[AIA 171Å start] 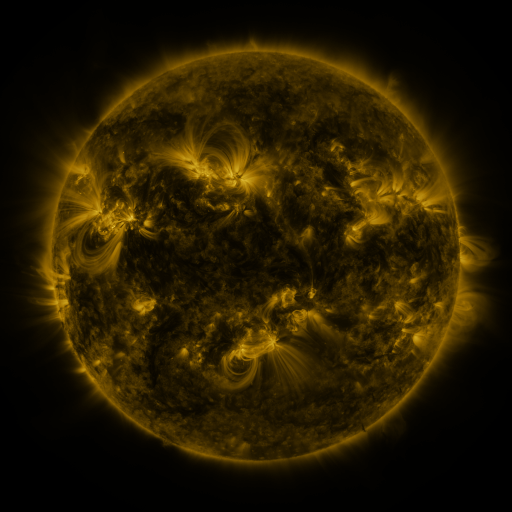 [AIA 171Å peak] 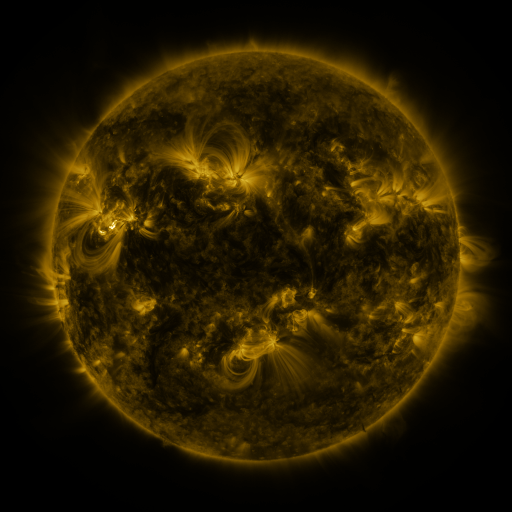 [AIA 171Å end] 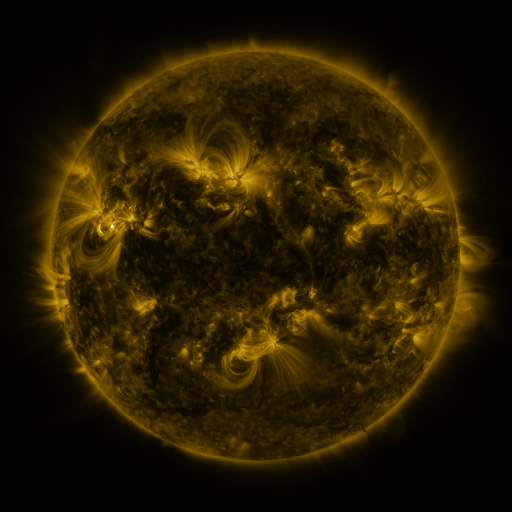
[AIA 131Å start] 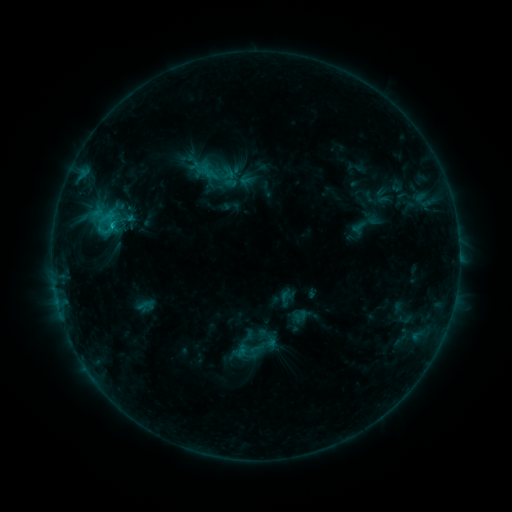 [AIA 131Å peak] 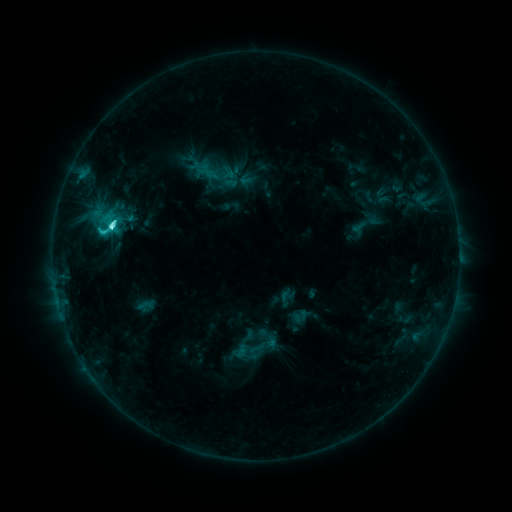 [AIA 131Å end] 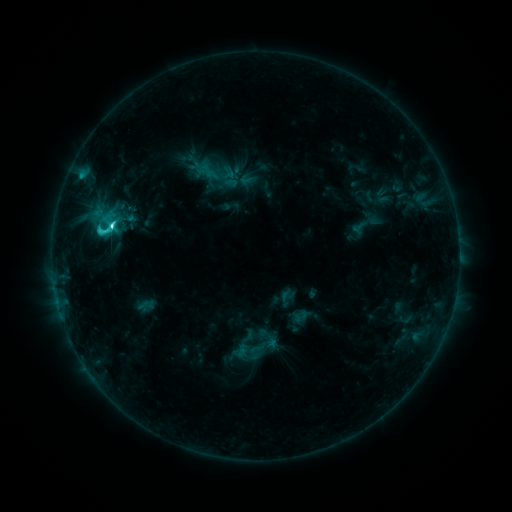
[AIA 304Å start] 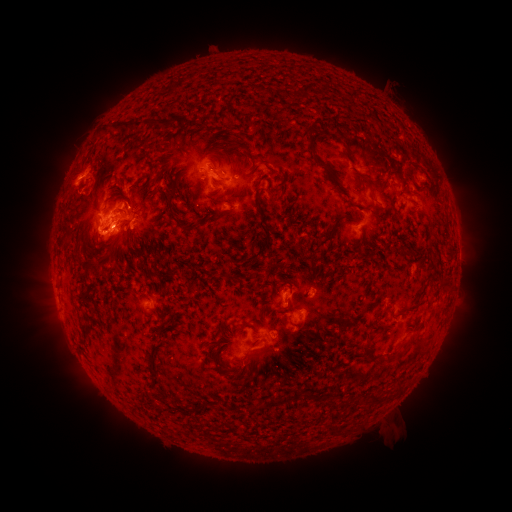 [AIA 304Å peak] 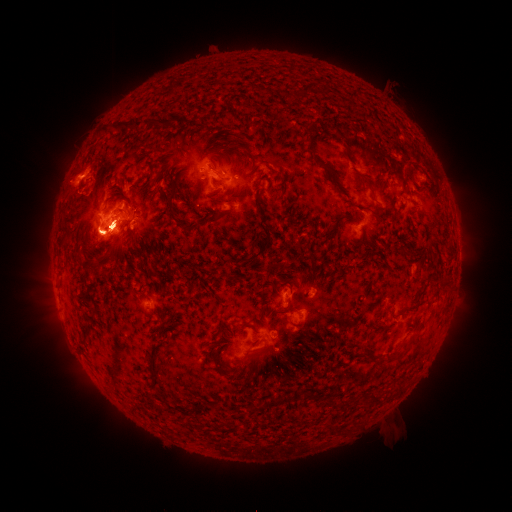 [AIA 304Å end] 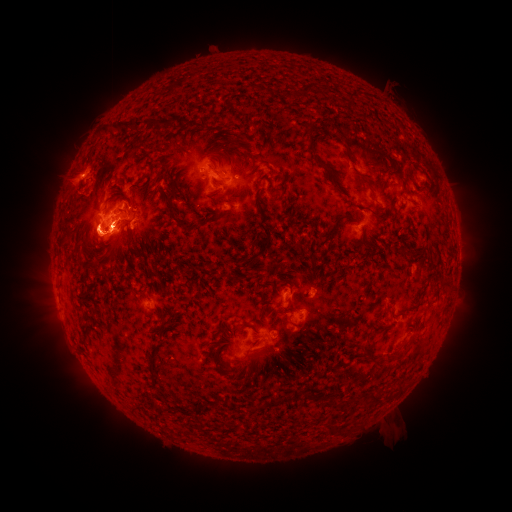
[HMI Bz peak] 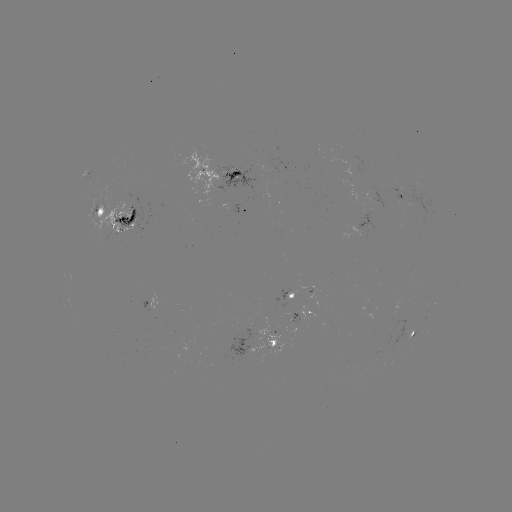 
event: flare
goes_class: C9.2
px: (112, 227)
